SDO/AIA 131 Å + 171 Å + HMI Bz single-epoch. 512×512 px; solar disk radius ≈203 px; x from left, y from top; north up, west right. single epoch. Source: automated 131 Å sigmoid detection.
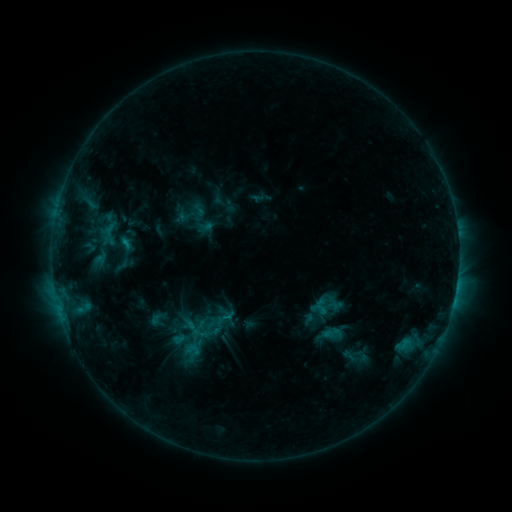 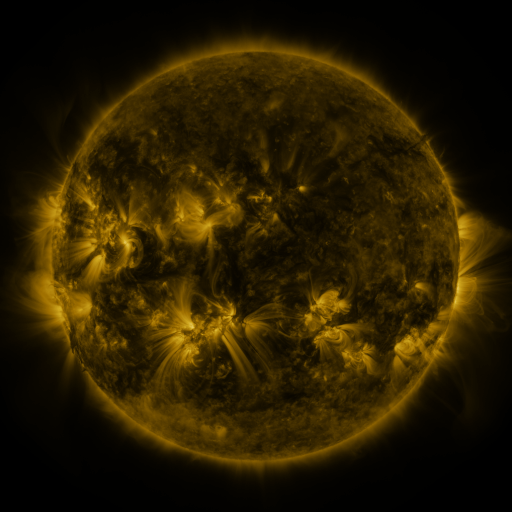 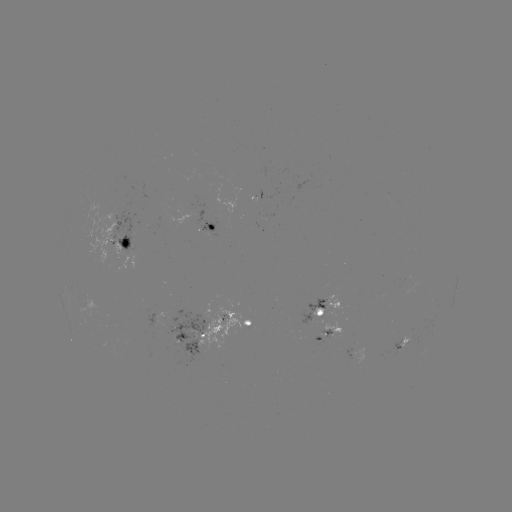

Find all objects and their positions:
sigmoid: [313, 298, 330, 315]
sigmoid: [194, 311, 216, 331]
